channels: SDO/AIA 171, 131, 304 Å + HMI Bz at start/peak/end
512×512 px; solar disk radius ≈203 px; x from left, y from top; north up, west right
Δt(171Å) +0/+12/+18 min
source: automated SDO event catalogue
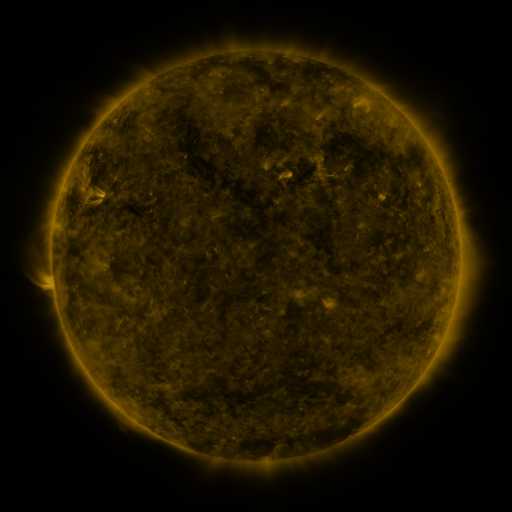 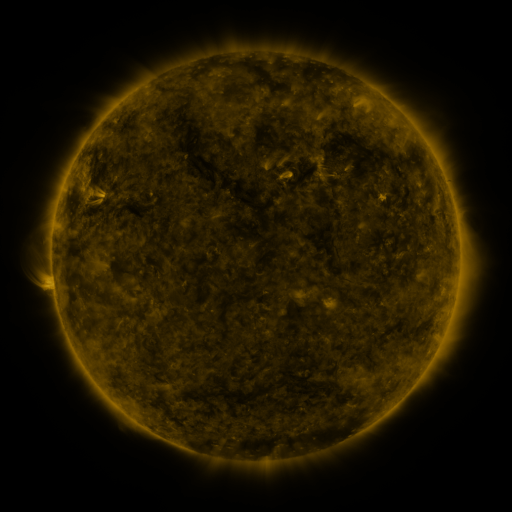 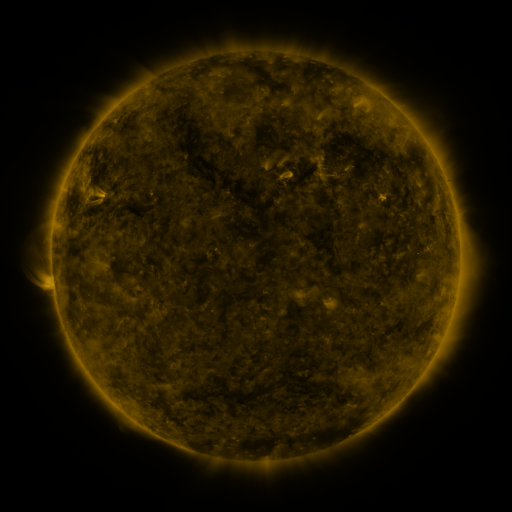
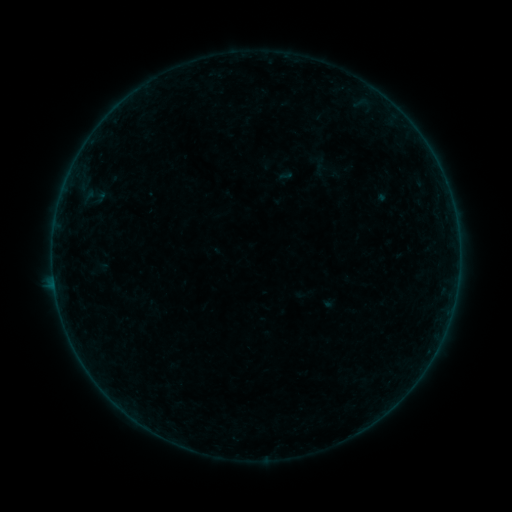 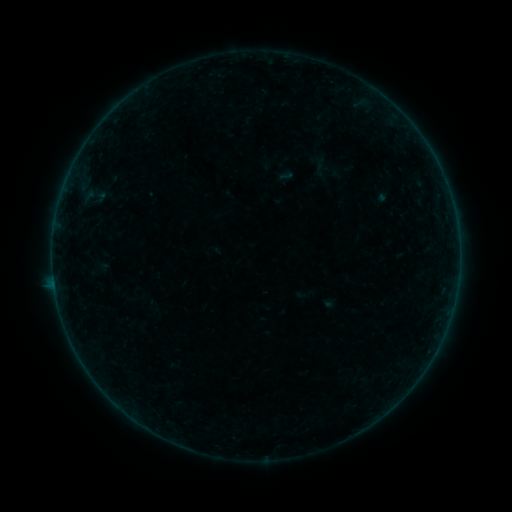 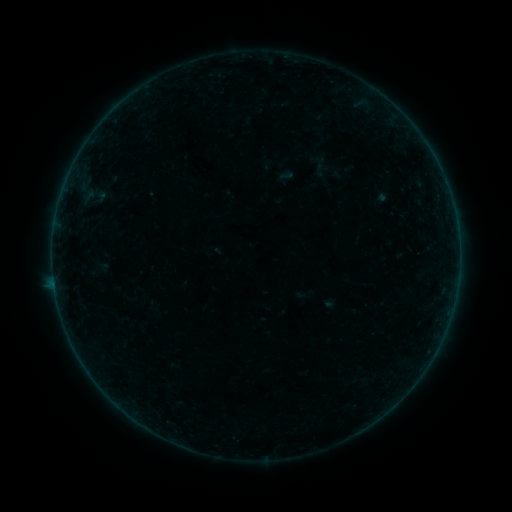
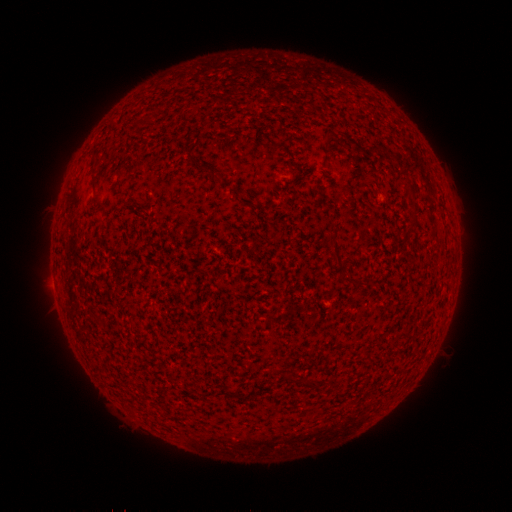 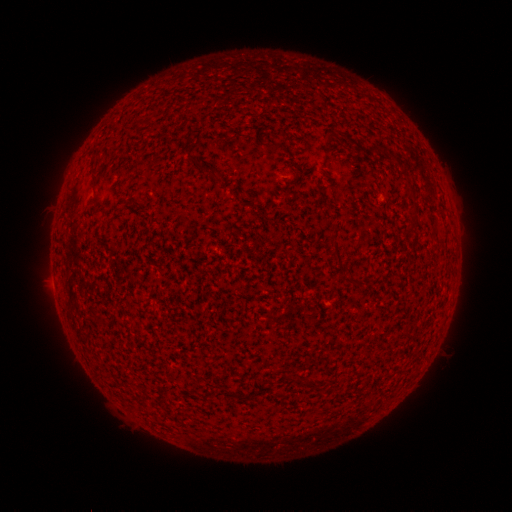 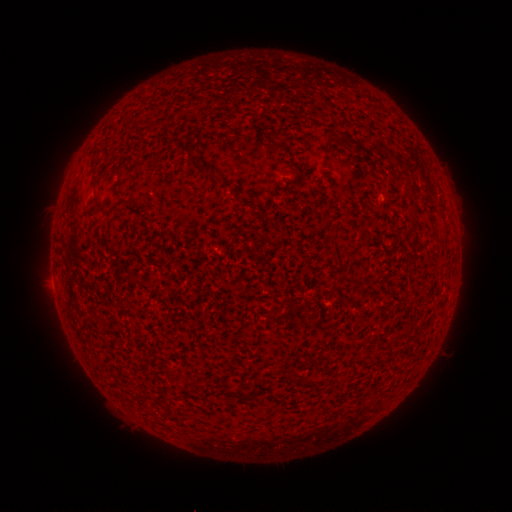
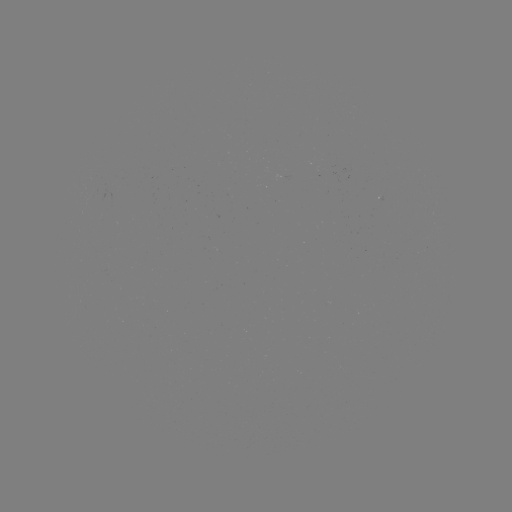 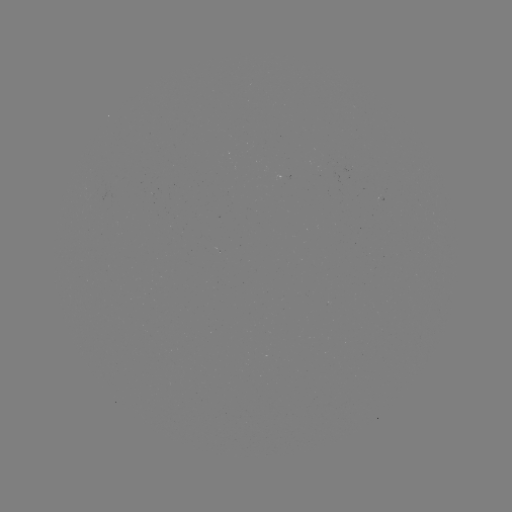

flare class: B2.3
